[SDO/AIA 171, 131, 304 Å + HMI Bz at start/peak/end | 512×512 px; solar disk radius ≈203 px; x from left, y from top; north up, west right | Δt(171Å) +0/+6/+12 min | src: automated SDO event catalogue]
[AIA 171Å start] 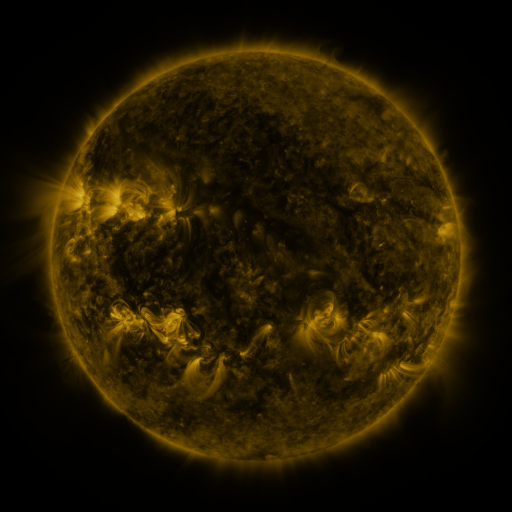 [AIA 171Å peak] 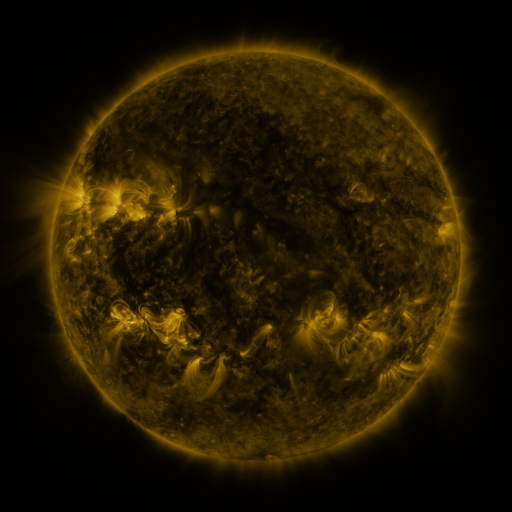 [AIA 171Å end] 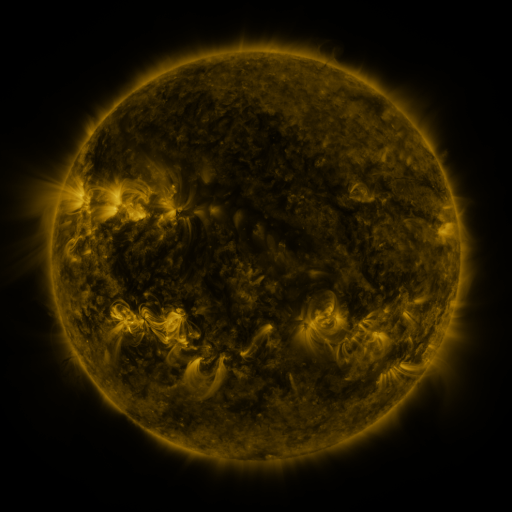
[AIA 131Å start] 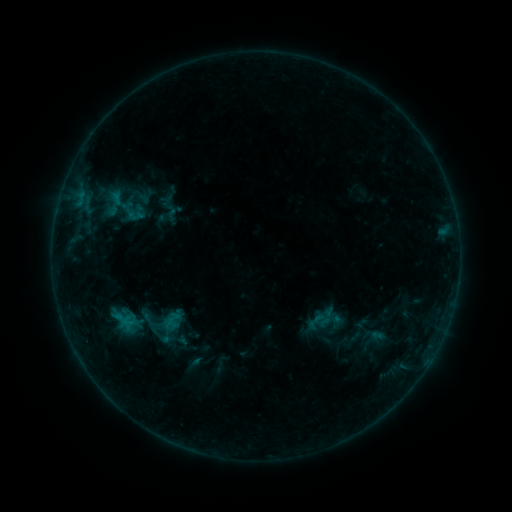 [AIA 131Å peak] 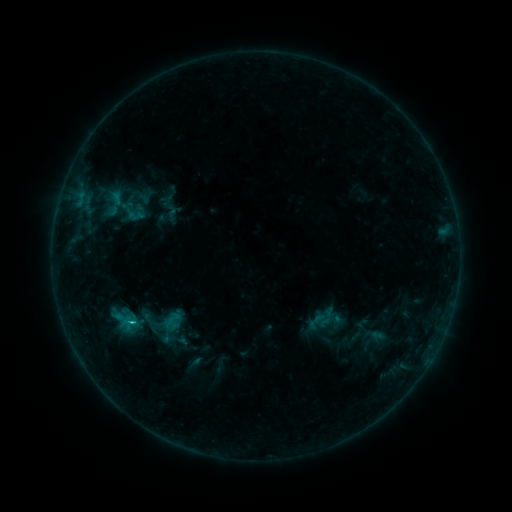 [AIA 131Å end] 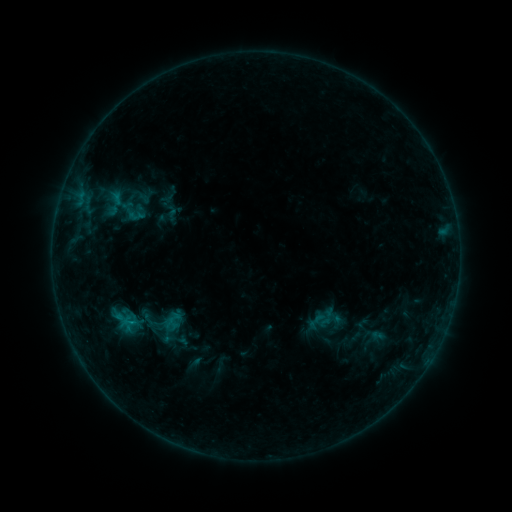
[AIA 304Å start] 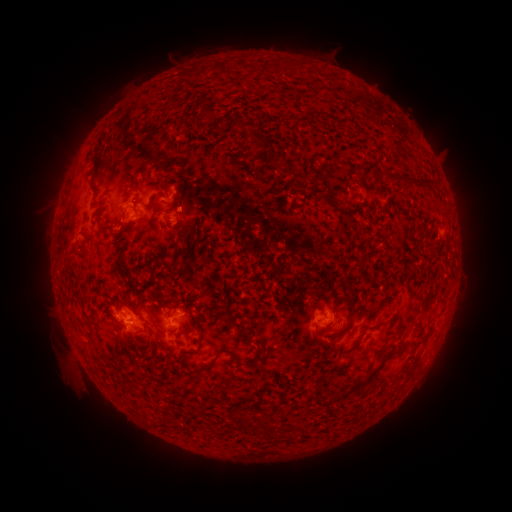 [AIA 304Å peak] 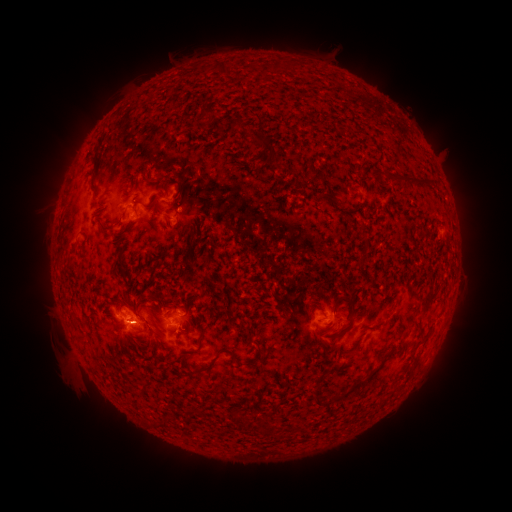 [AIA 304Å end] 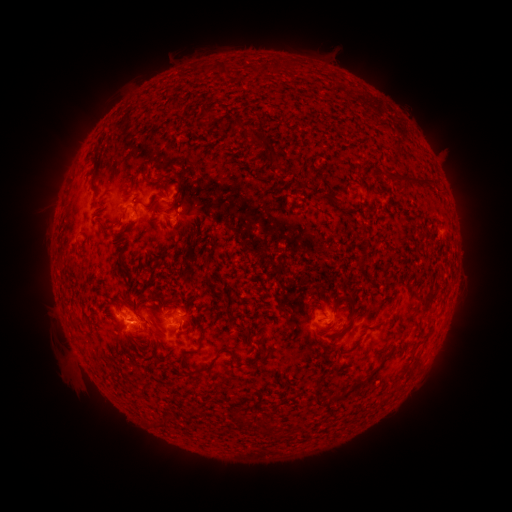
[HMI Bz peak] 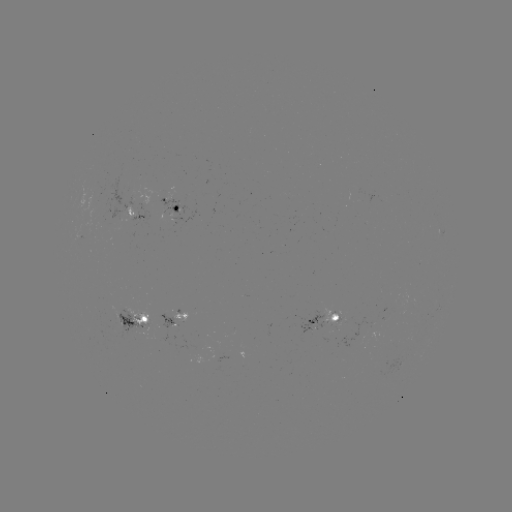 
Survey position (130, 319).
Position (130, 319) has B8.6 flare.